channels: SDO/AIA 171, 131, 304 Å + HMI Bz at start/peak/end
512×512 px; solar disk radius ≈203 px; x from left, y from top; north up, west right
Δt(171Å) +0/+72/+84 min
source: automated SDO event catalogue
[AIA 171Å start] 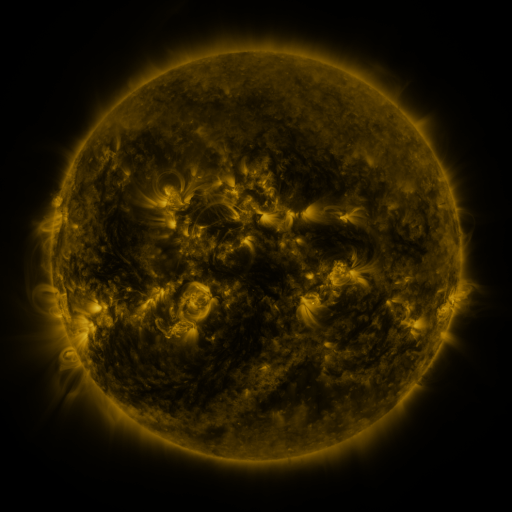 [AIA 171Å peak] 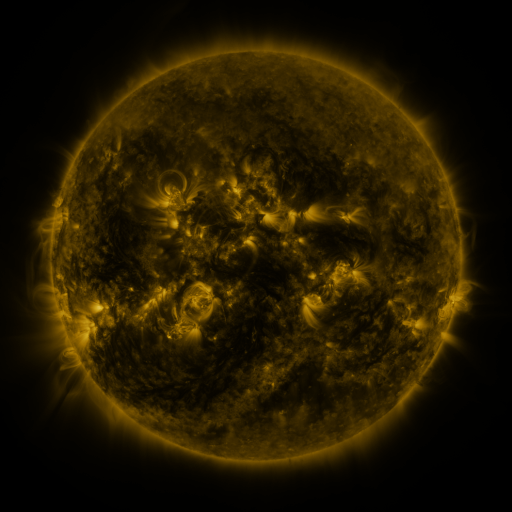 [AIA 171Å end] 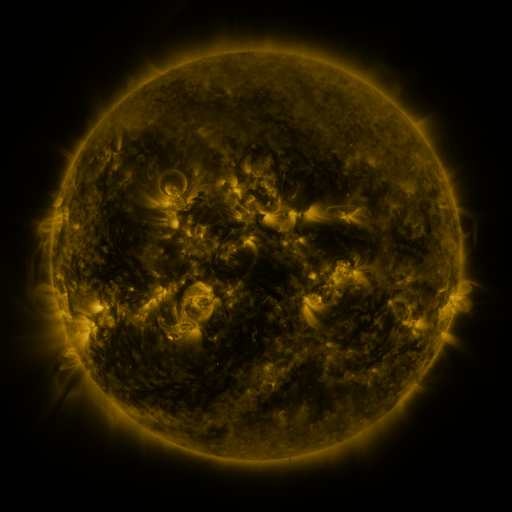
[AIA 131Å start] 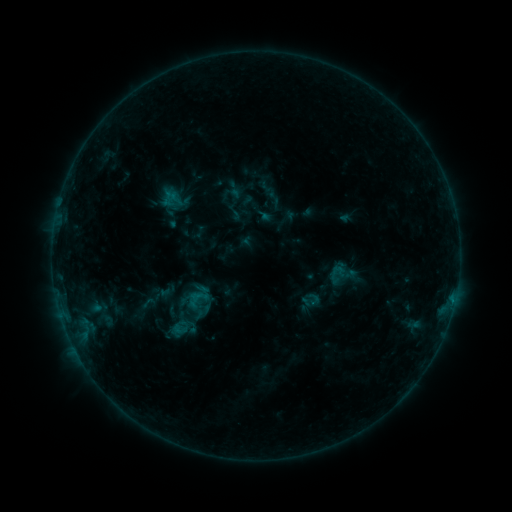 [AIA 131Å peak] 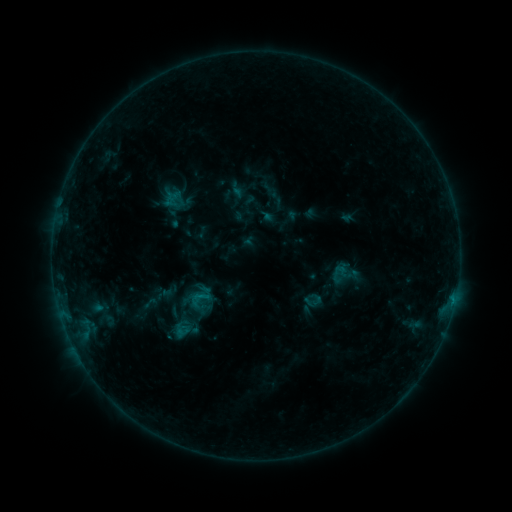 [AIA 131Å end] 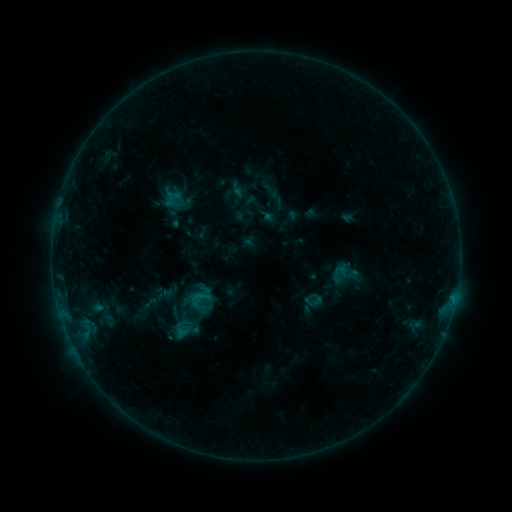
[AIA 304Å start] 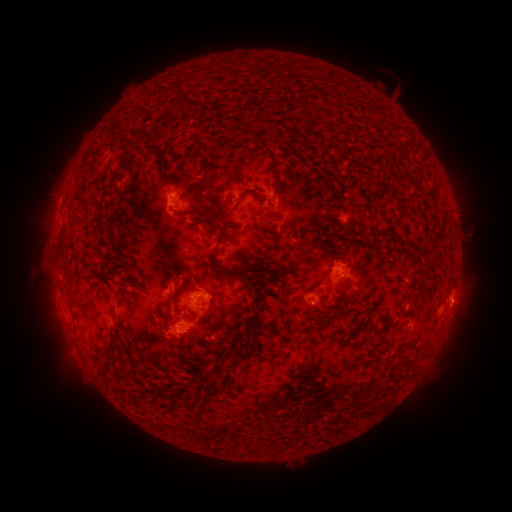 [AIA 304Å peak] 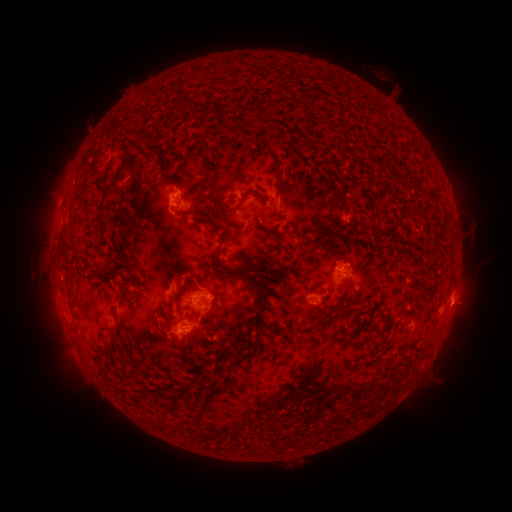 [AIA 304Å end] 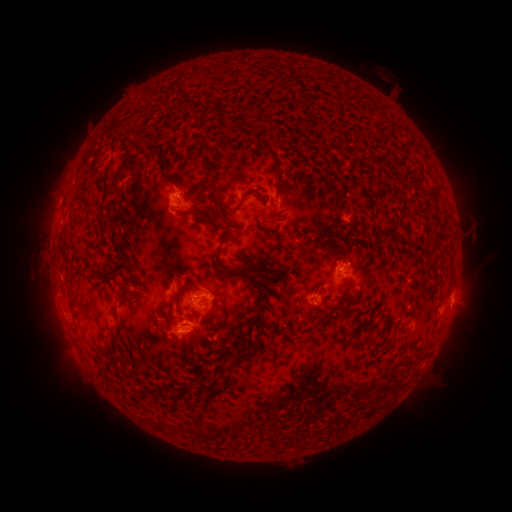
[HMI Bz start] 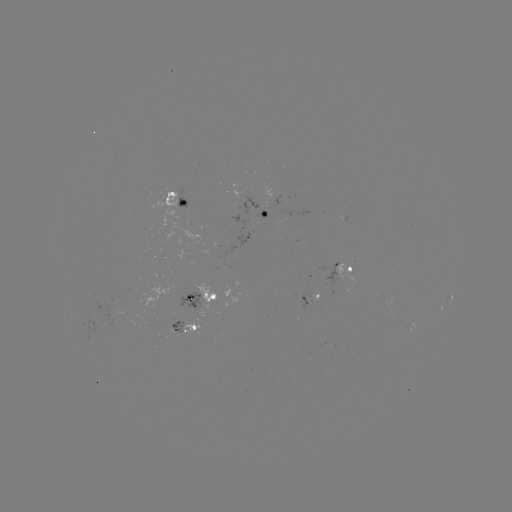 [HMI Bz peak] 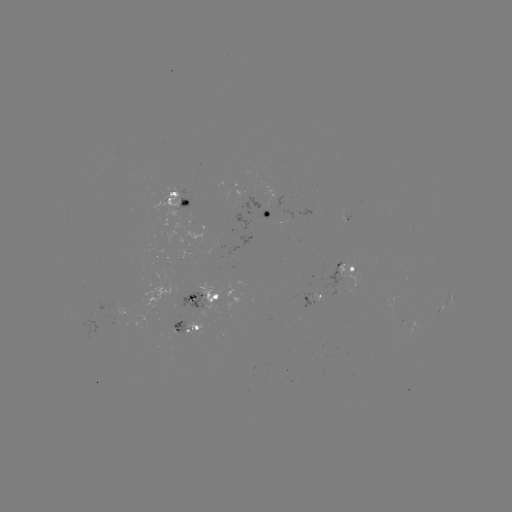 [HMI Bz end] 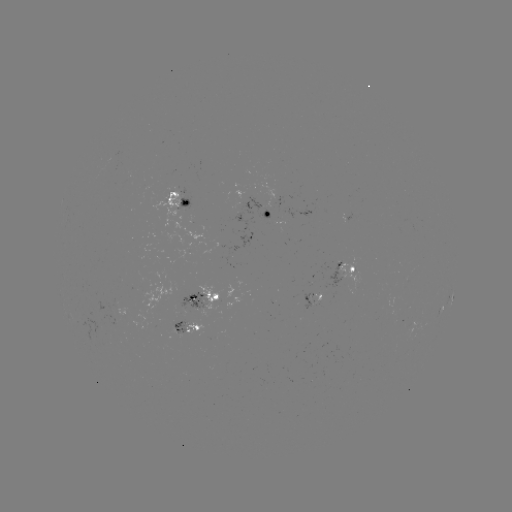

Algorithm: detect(emerging-flux region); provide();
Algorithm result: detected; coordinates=[184, 302]